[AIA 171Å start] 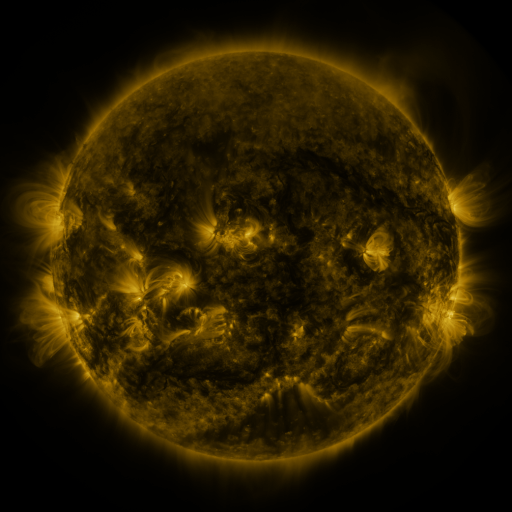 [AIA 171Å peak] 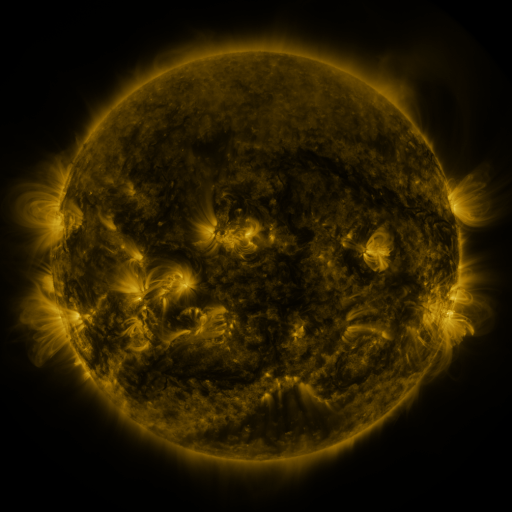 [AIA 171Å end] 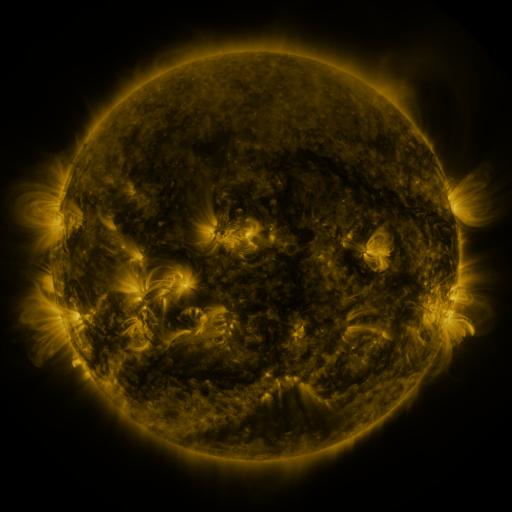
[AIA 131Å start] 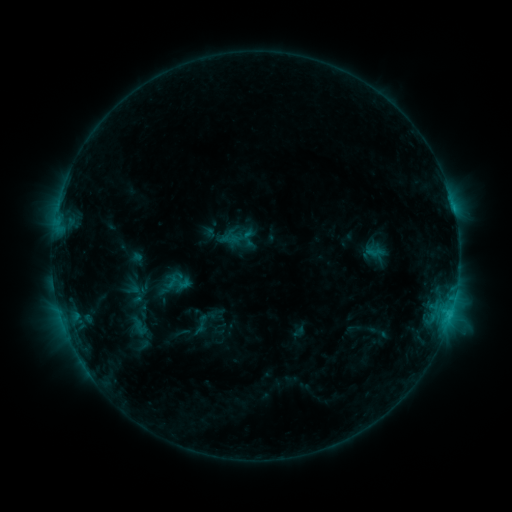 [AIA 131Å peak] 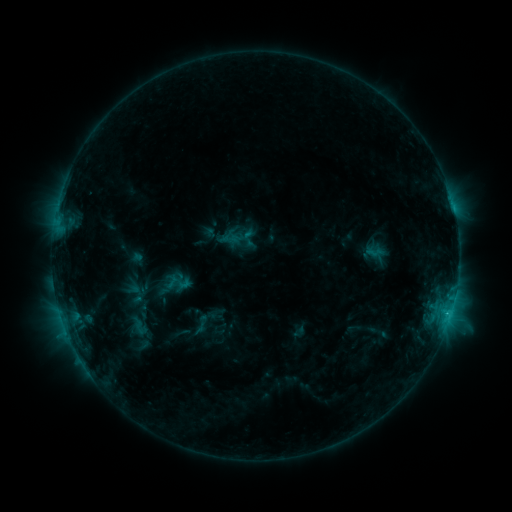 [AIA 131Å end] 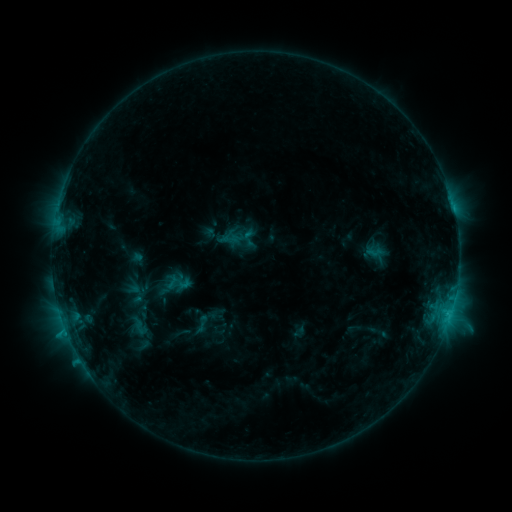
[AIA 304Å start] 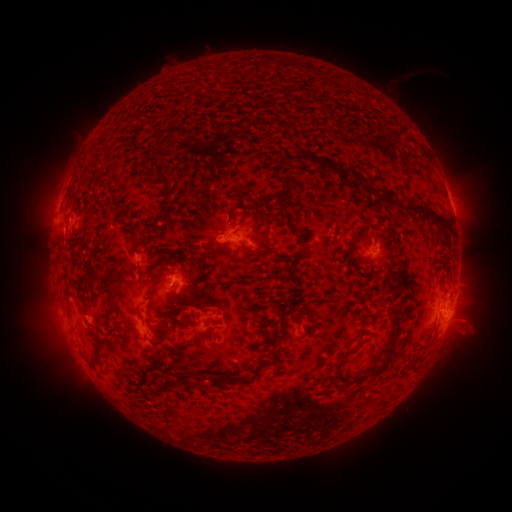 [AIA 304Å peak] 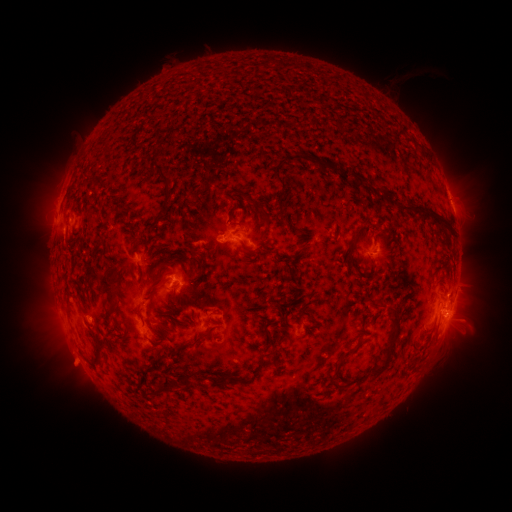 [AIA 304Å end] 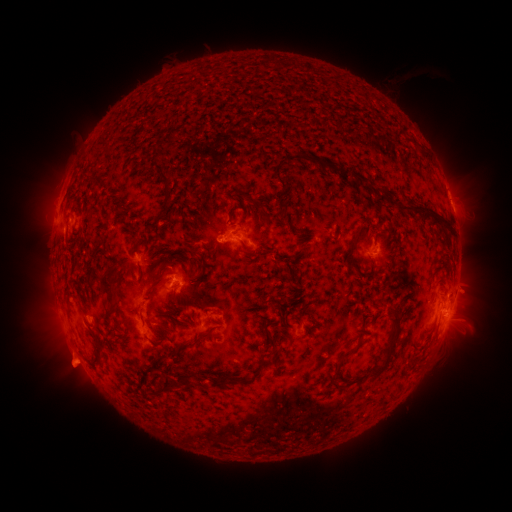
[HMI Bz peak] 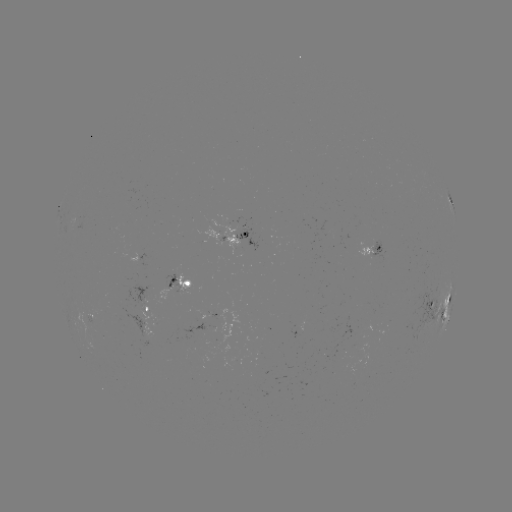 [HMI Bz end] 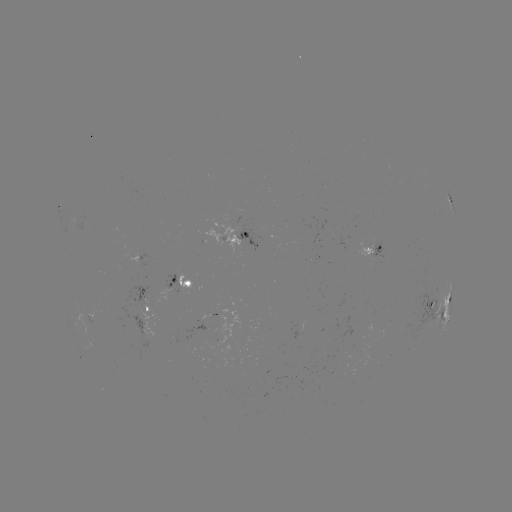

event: eruption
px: (72, 363)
